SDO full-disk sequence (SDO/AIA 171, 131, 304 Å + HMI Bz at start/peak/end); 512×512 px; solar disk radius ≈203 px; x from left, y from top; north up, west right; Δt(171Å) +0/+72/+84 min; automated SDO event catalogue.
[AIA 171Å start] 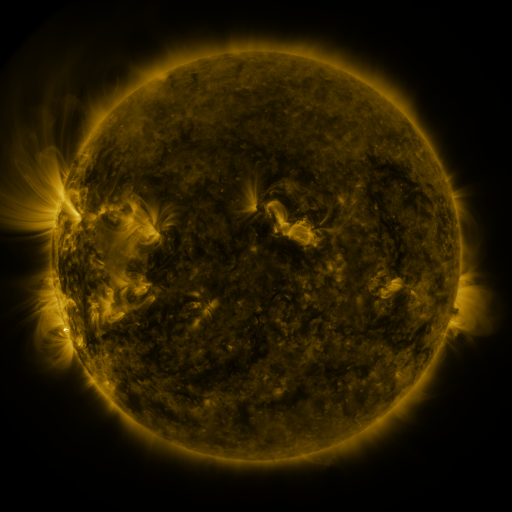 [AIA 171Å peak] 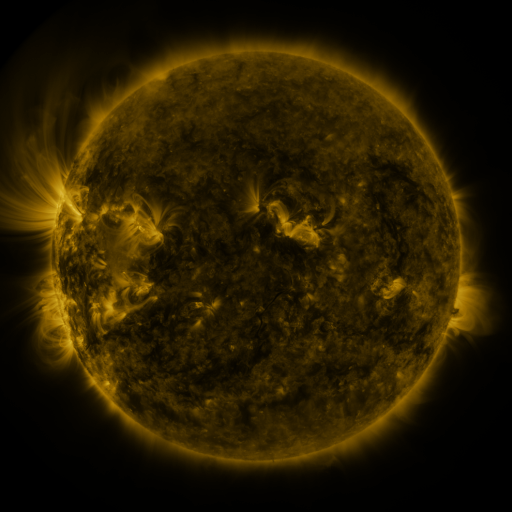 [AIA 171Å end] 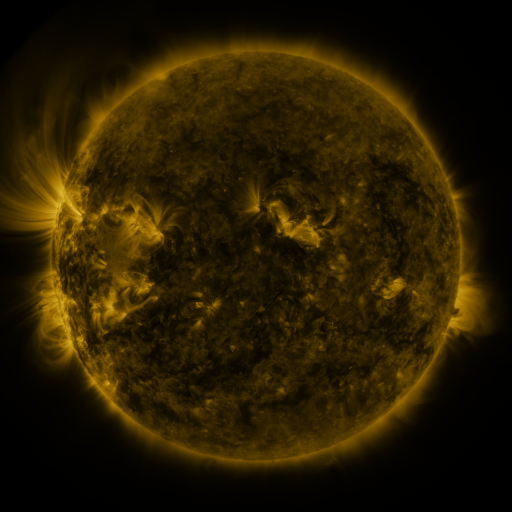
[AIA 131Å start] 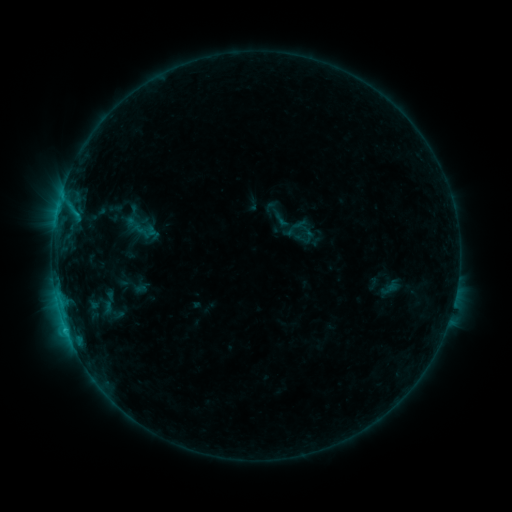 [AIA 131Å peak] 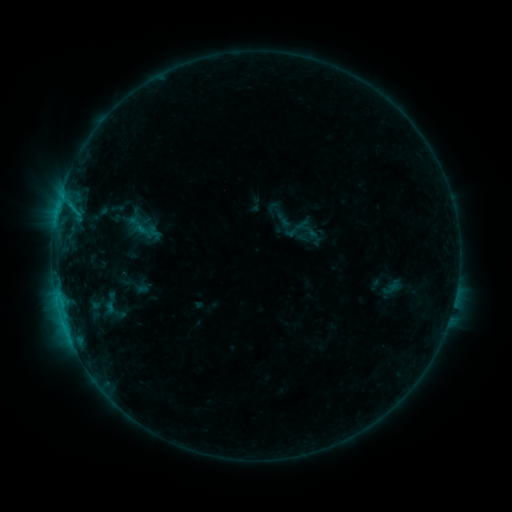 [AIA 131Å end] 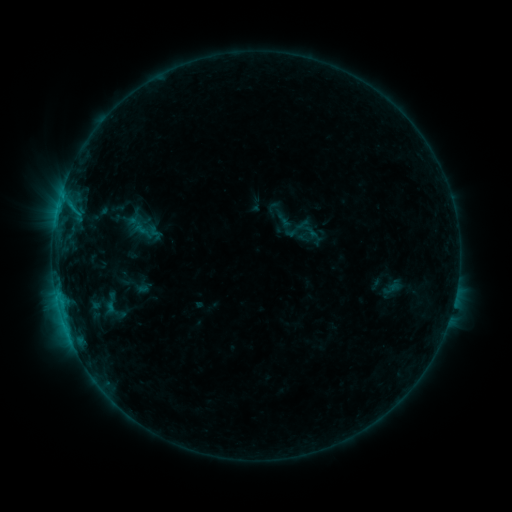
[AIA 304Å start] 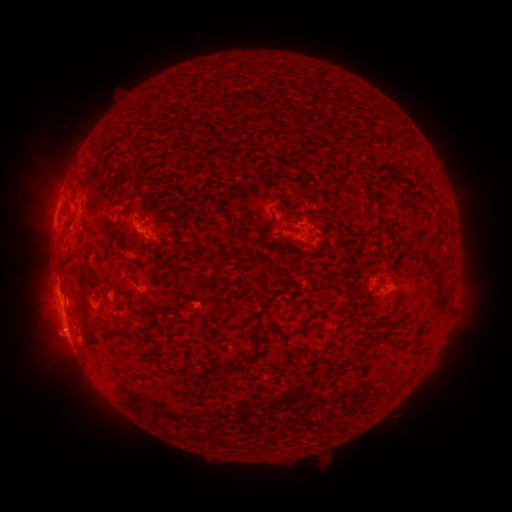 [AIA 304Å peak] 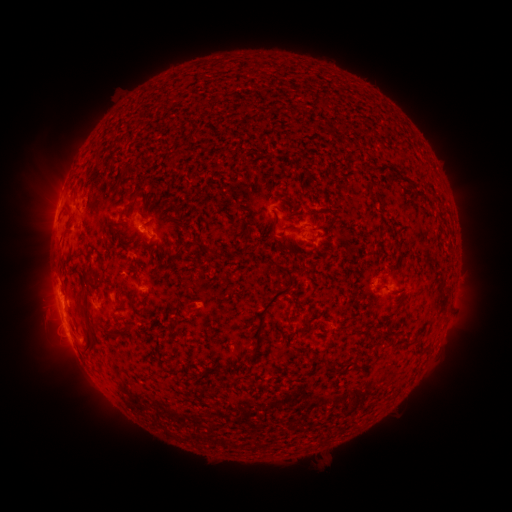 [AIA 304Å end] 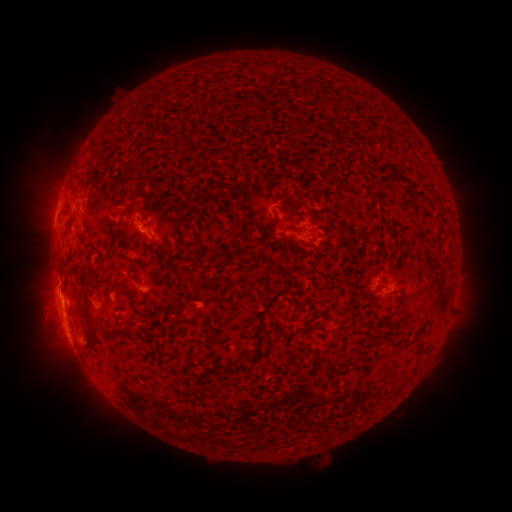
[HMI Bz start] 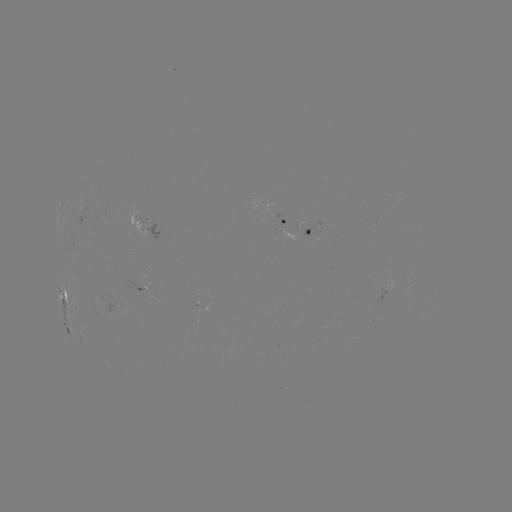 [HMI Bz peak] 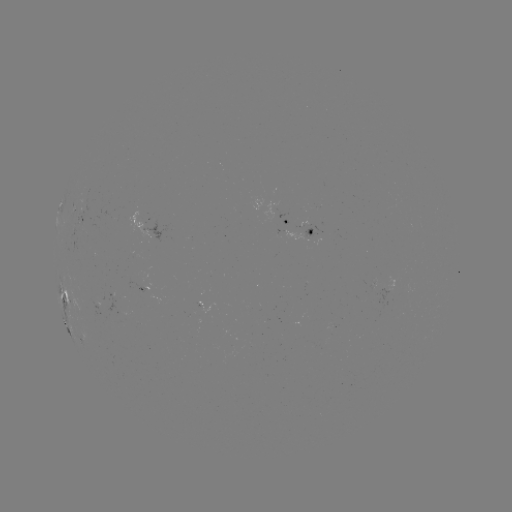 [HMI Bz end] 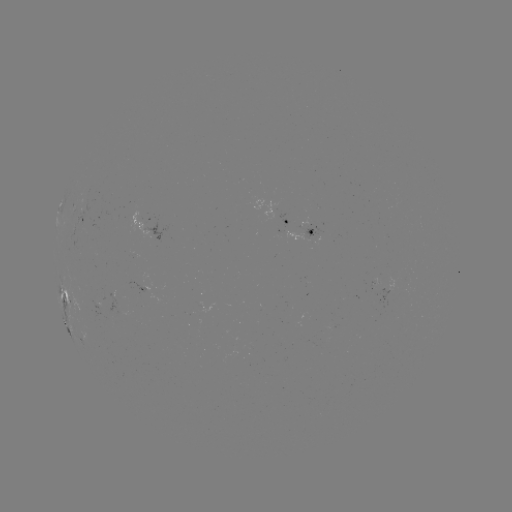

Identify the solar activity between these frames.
emerging-flux region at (106, 303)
